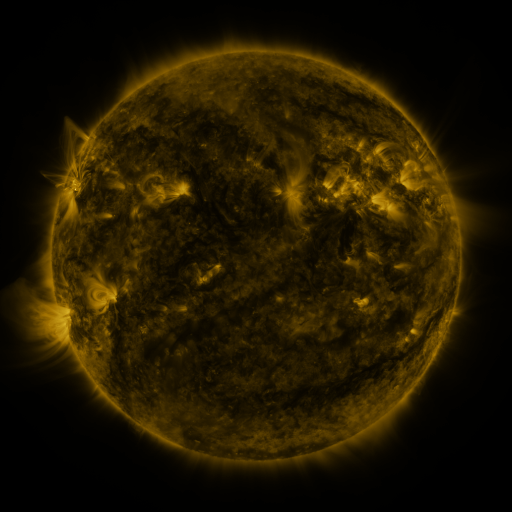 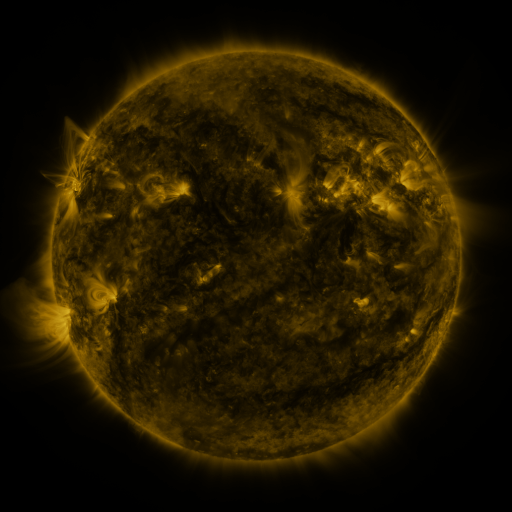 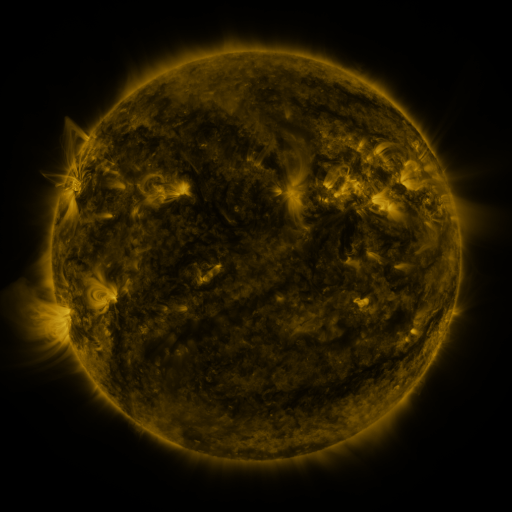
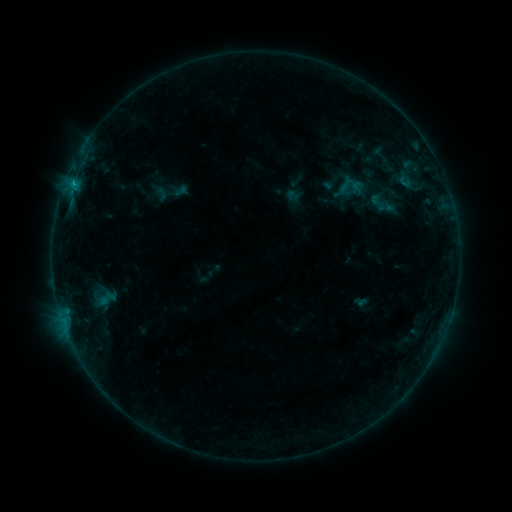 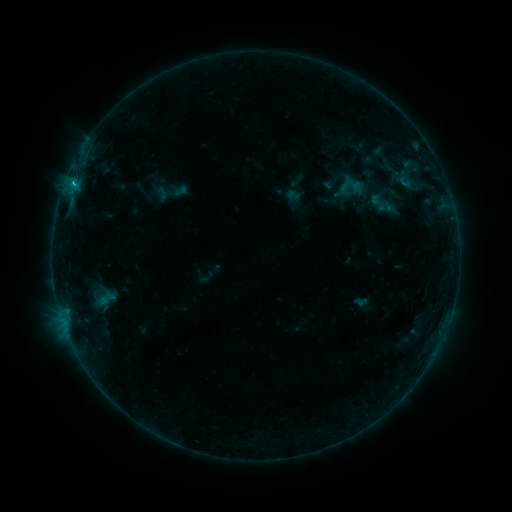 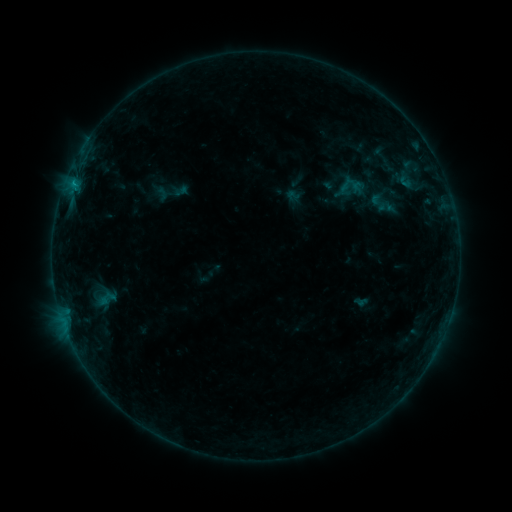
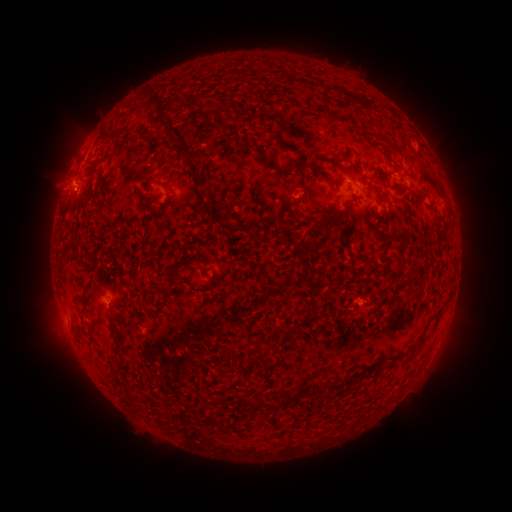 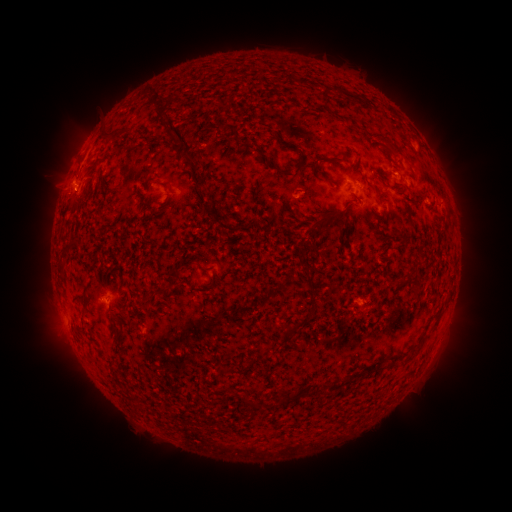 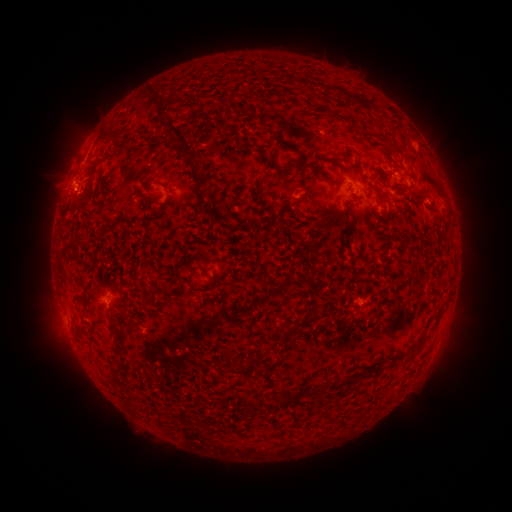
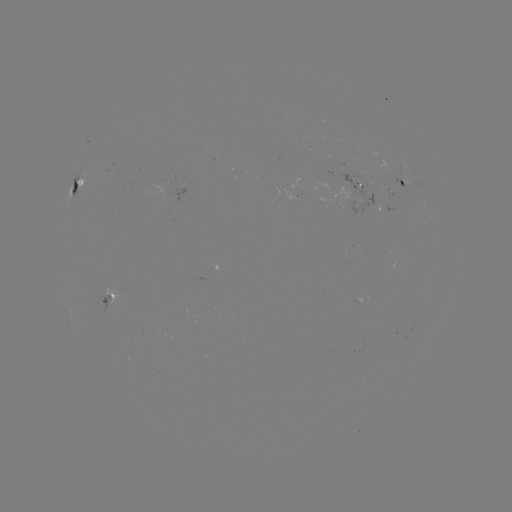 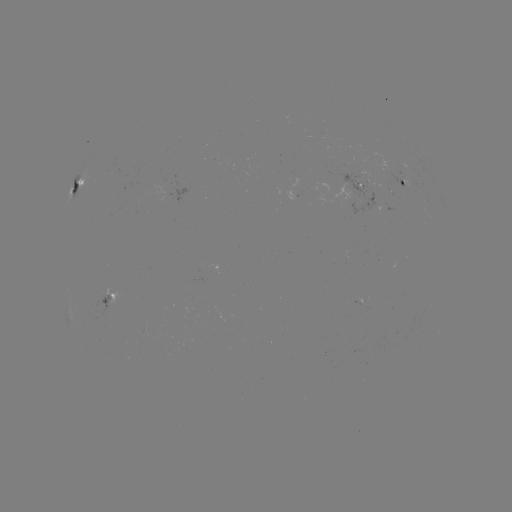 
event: flare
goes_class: B7.2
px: (74, 185)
